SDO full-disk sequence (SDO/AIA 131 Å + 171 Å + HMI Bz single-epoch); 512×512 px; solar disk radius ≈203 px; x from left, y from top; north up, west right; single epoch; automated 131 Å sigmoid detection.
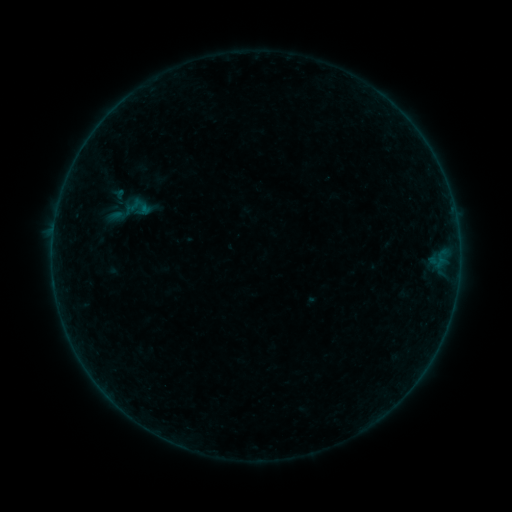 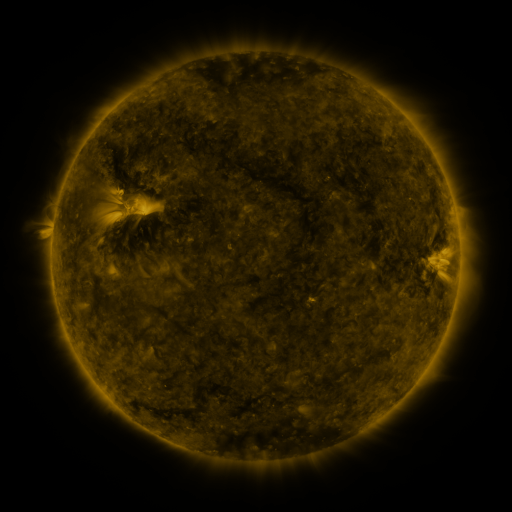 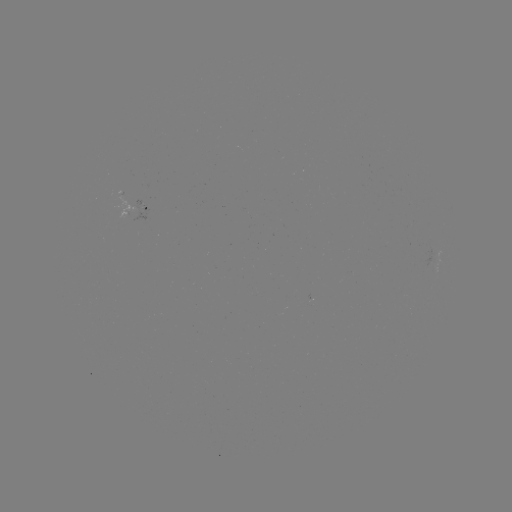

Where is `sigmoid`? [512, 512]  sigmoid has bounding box [107, 188, 152, 233].